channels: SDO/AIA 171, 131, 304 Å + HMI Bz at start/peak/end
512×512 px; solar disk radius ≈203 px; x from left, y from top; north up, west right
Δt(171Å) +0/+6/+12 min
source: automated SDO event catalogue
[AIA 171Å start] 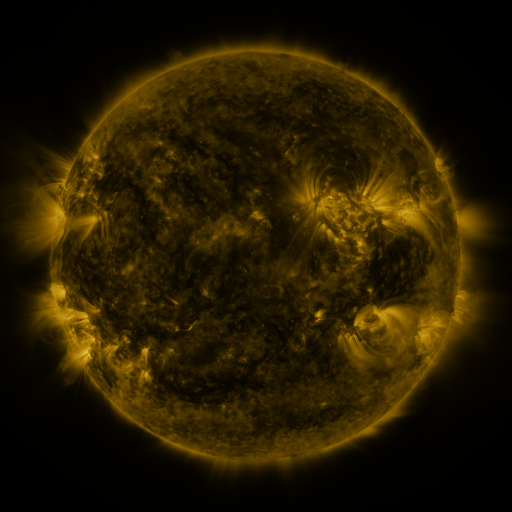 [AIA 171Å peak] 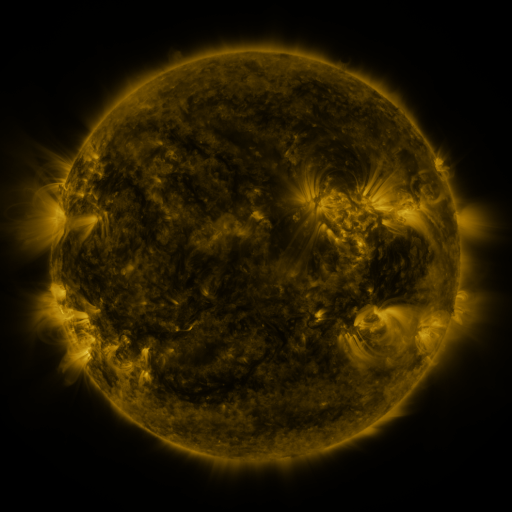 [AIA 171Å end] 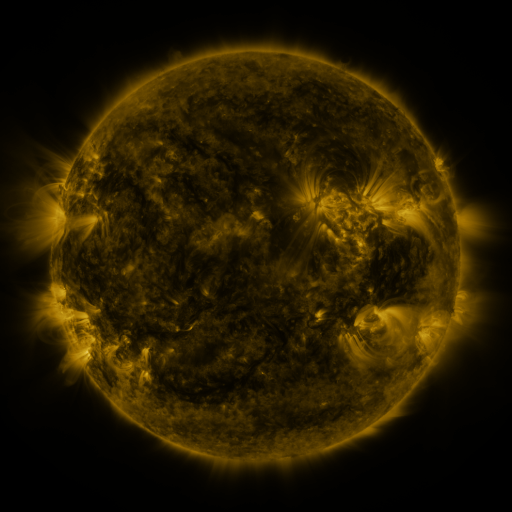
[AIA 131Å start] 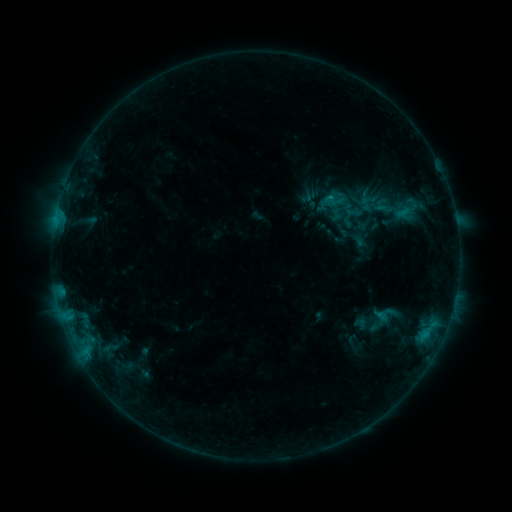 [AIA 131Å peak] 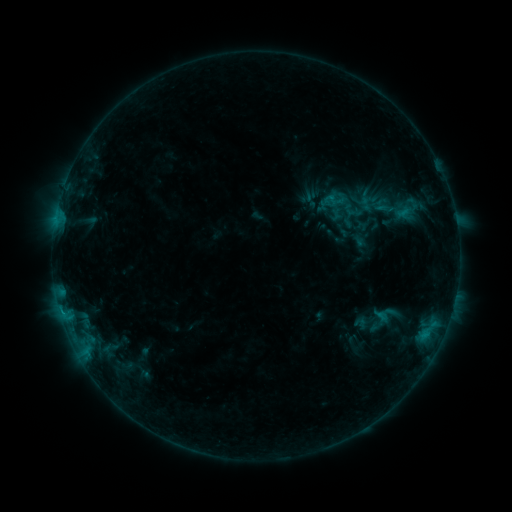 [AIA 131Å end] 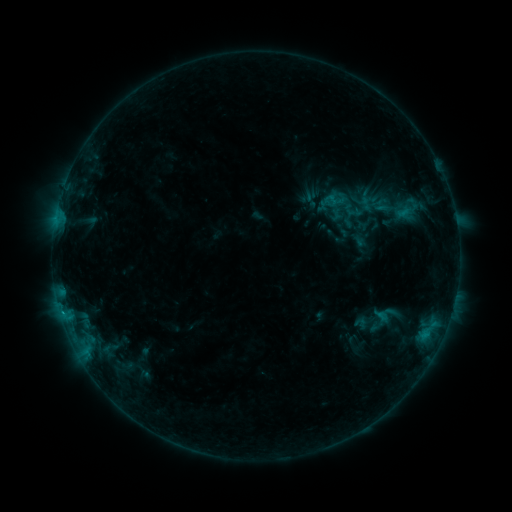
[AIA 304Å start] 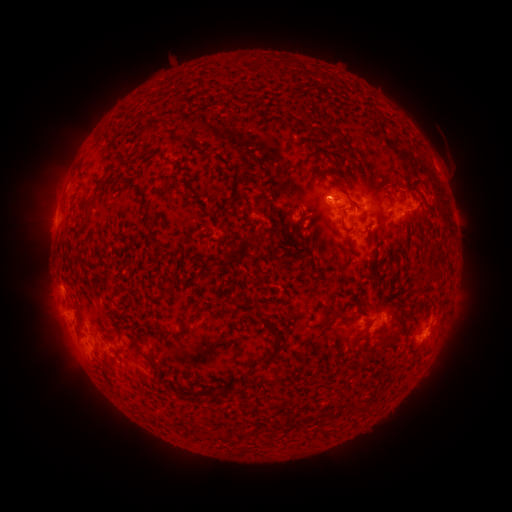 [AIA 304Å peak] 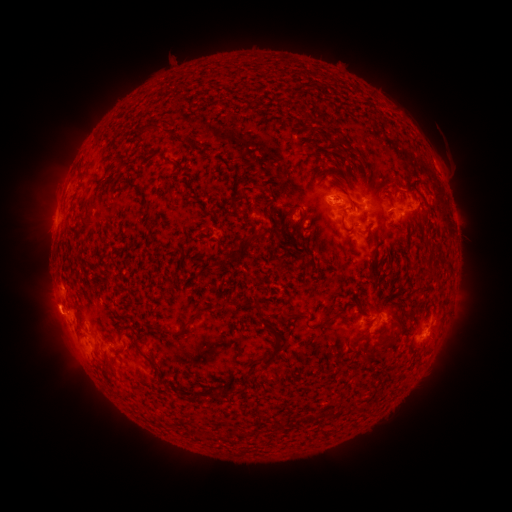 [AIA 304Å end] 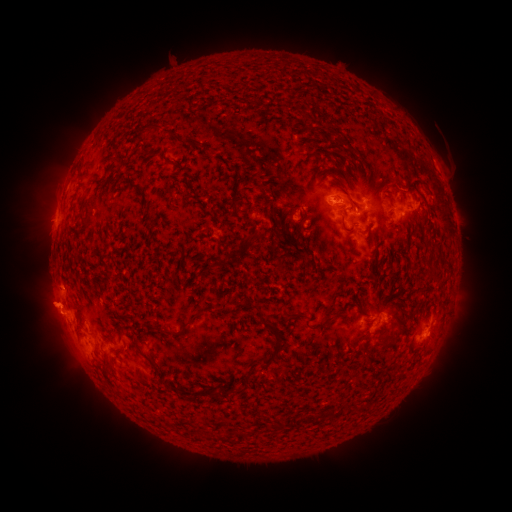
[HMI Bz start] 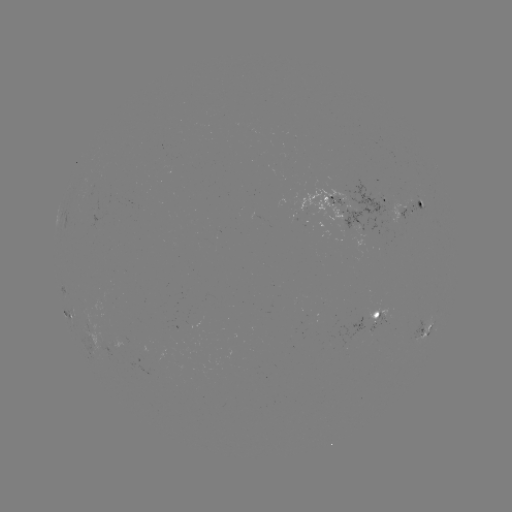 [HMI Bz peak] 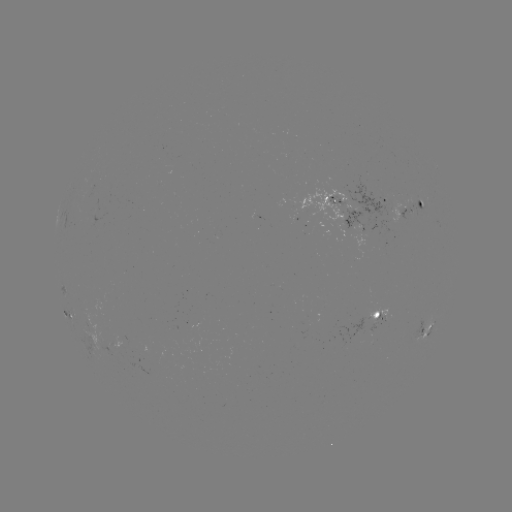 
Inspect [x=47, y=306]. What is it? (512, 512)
eruption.